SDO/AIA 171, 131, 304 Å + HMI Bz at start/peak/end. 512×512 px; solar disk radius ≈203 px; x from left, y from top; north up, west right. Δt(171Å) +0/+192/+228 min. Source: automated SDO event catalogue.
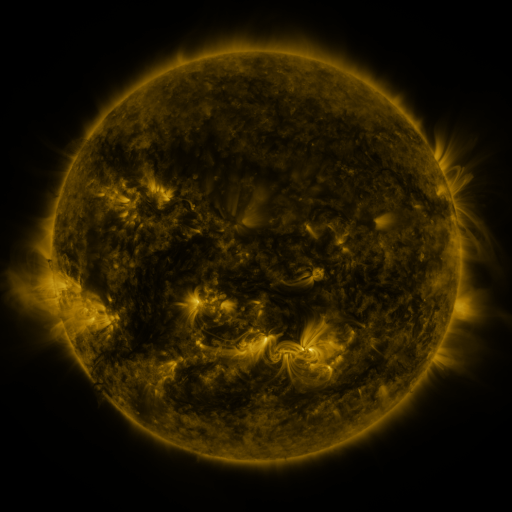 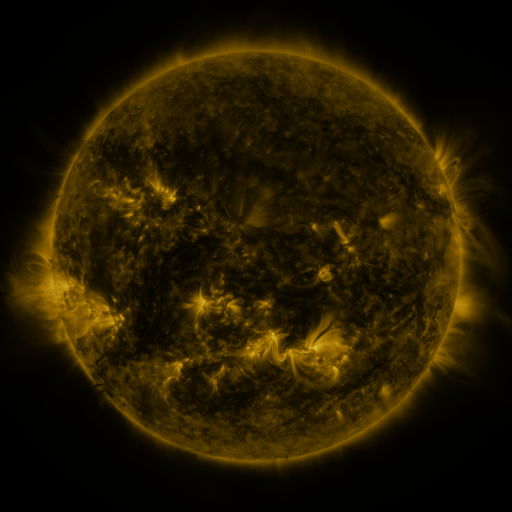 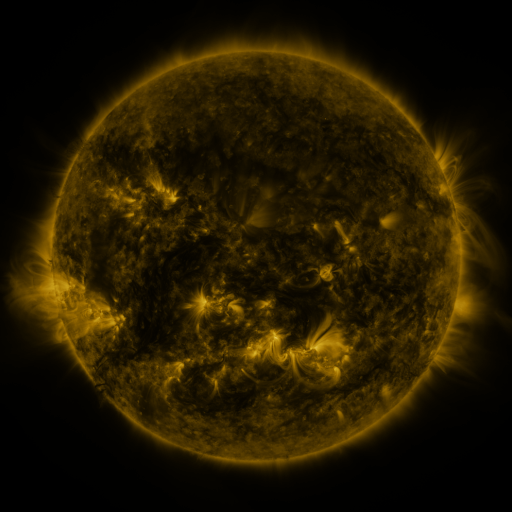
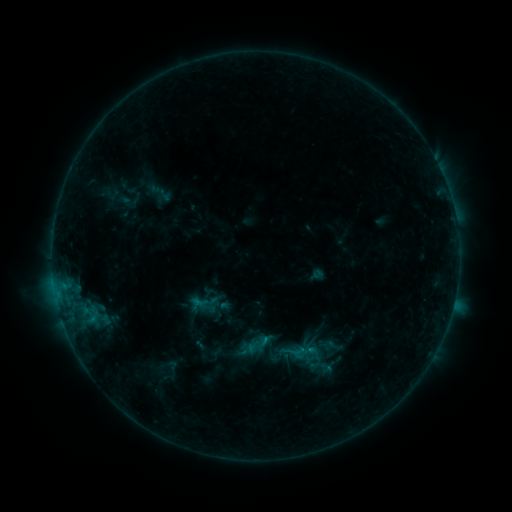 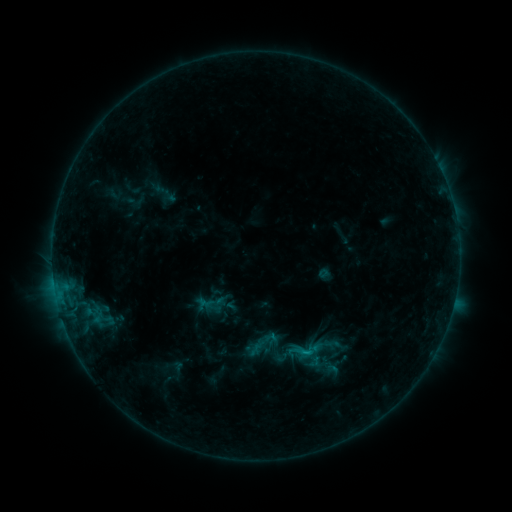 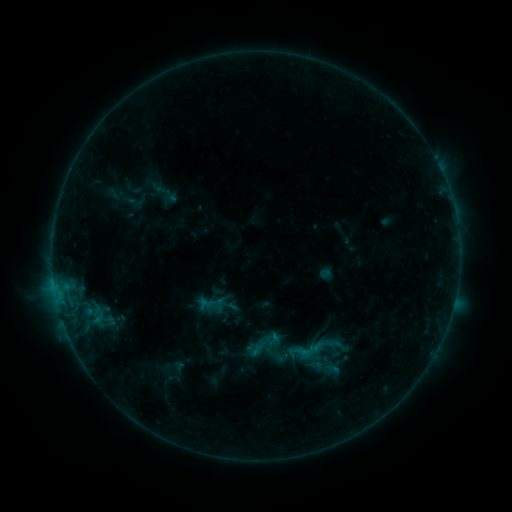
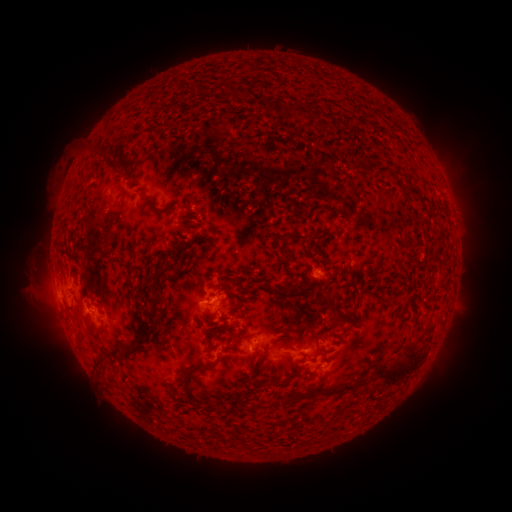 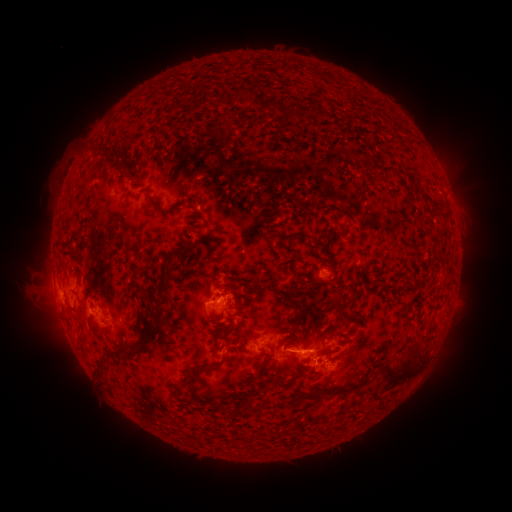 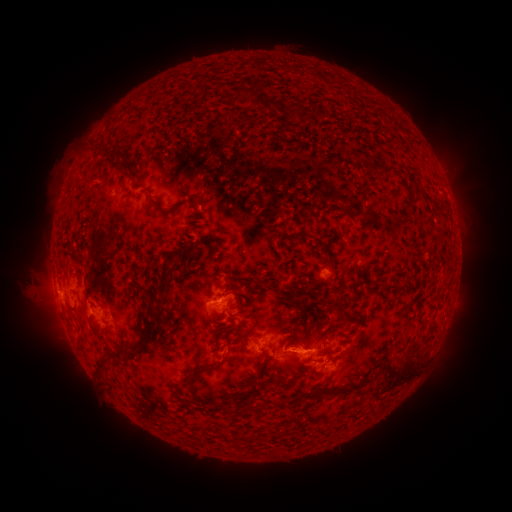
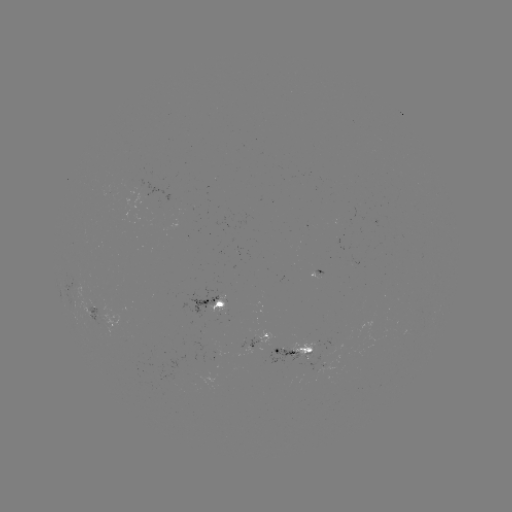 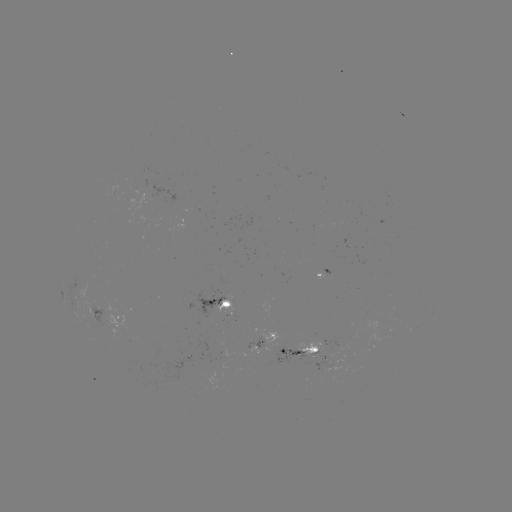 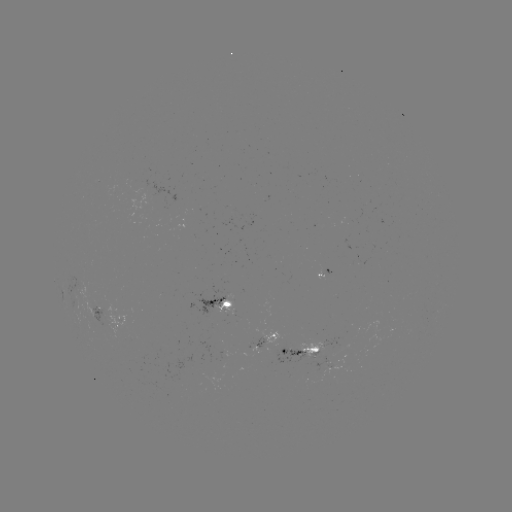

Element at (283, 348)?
emerging-flux region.